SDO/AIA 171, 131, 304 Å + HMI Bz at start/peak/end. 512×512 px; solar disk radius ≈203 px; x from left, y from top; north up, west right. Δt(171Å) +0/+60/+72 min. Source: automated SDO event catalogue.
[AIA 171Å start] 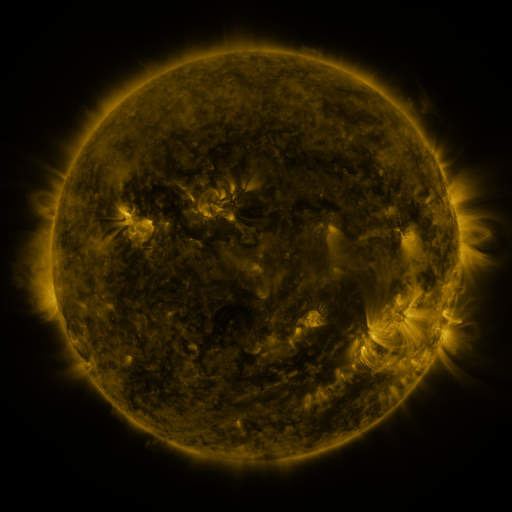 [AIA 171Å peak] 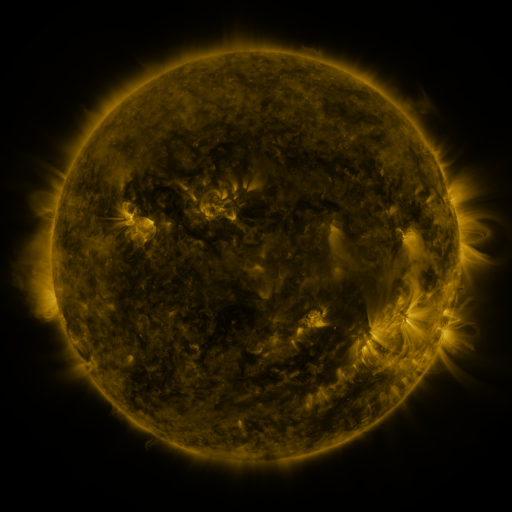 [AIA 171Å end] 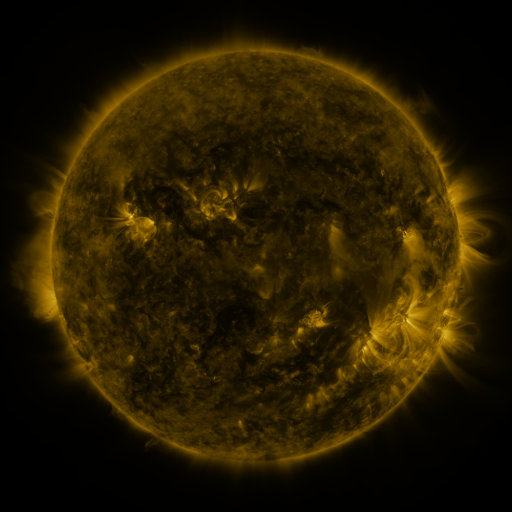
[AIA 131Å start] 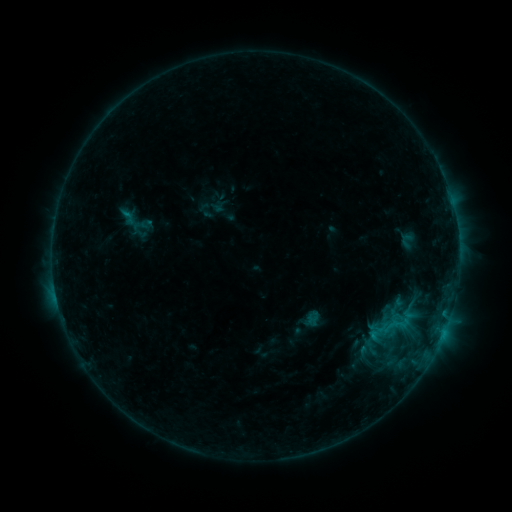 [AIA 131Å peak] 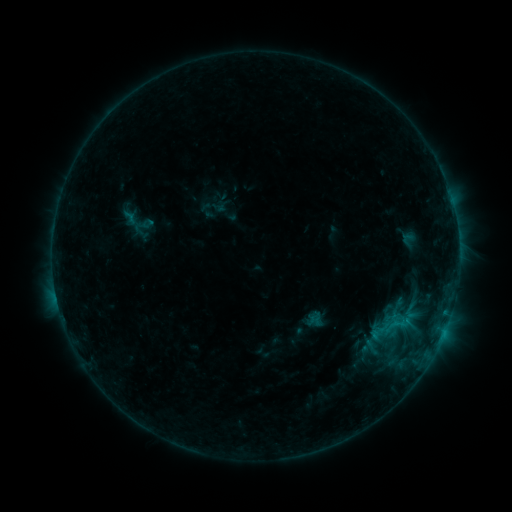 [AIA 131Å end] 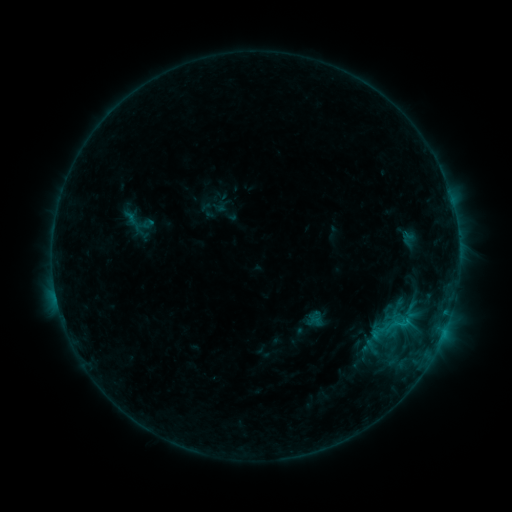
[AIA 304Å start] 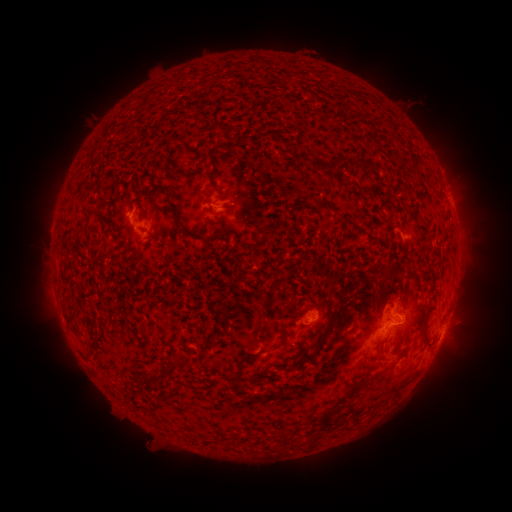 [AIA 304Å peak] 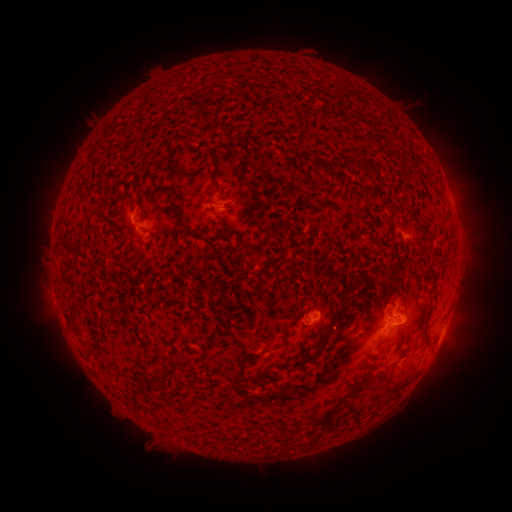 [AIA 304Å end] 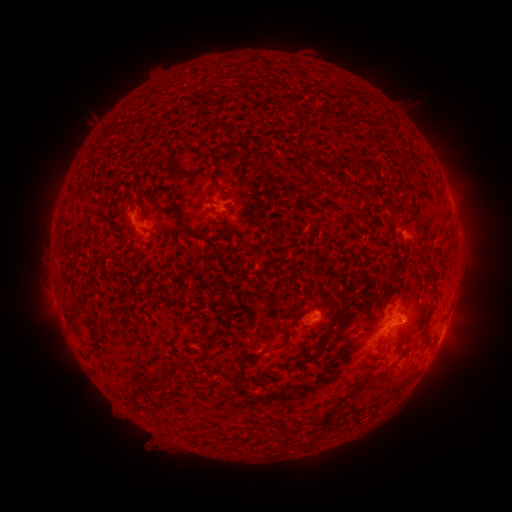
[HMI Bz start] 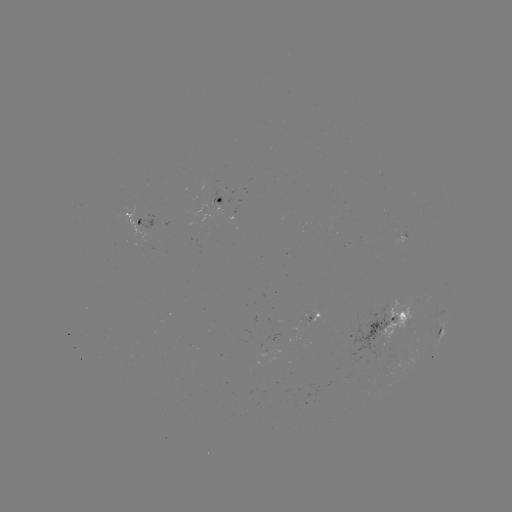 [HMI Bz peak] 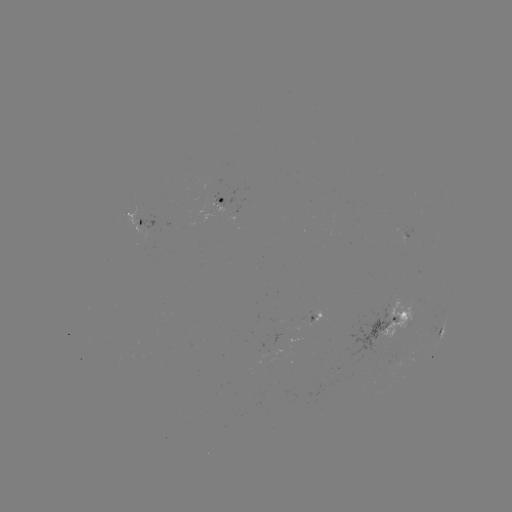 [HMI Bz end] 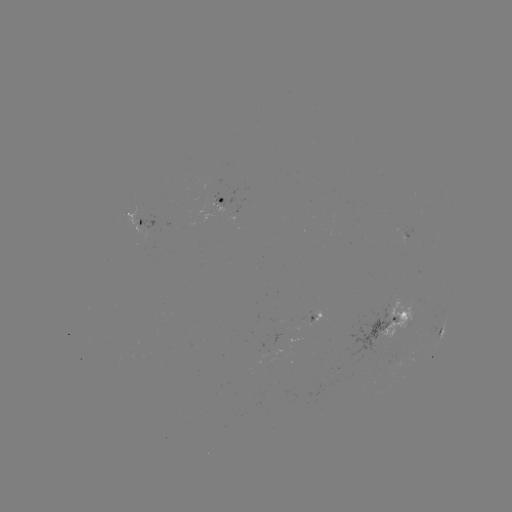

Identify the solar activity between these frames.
emerging-flux region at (313, 315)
